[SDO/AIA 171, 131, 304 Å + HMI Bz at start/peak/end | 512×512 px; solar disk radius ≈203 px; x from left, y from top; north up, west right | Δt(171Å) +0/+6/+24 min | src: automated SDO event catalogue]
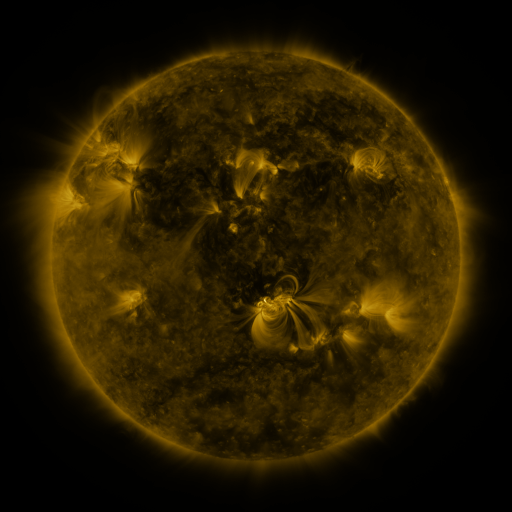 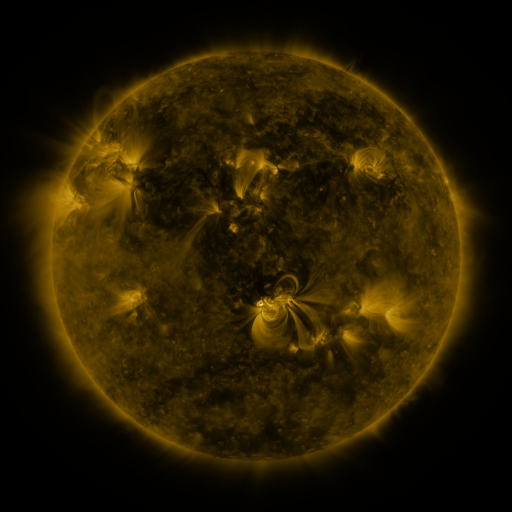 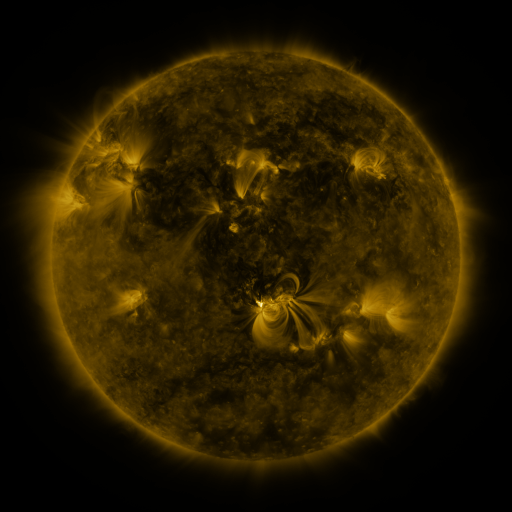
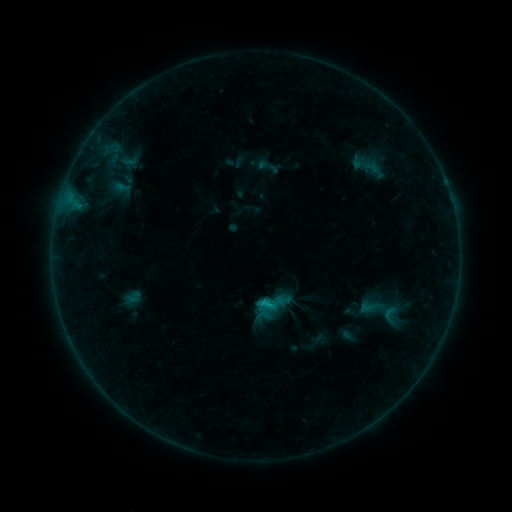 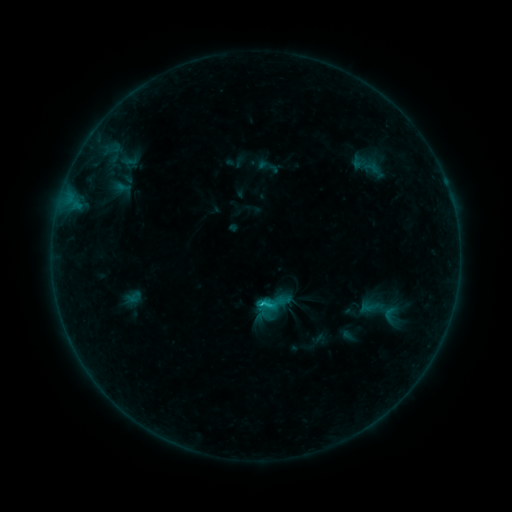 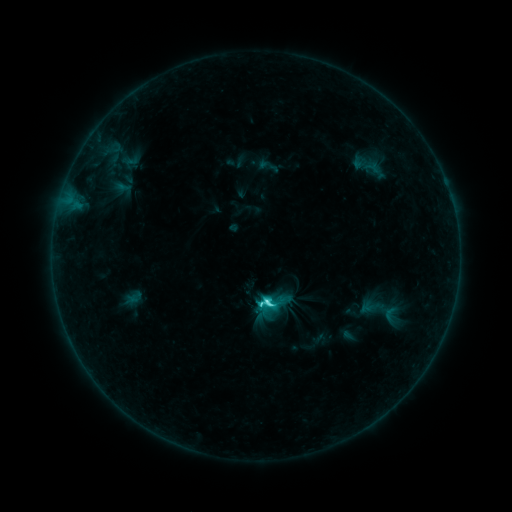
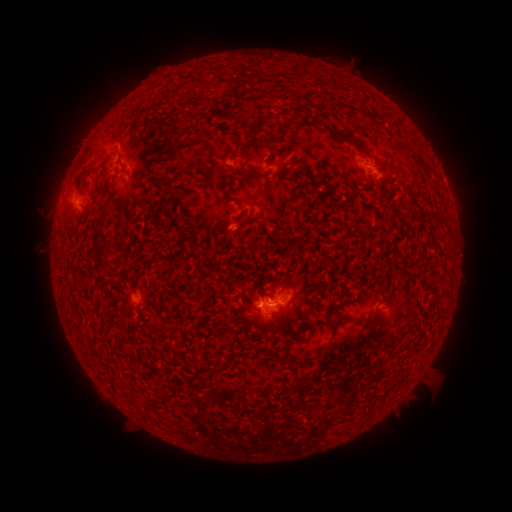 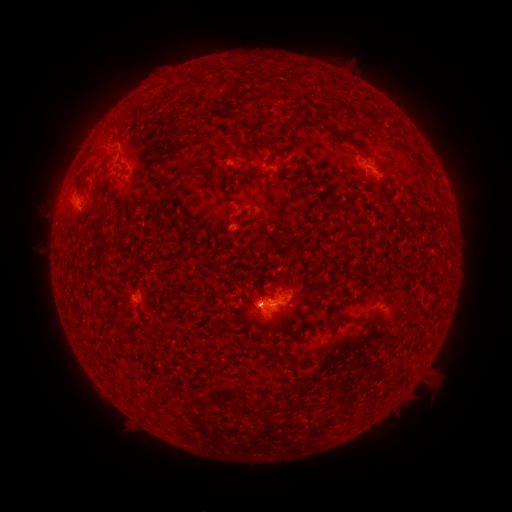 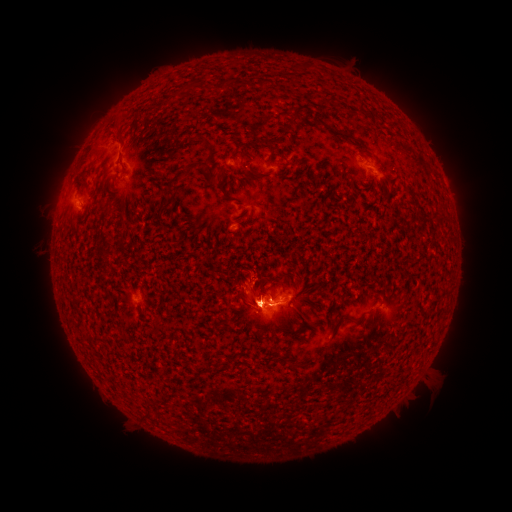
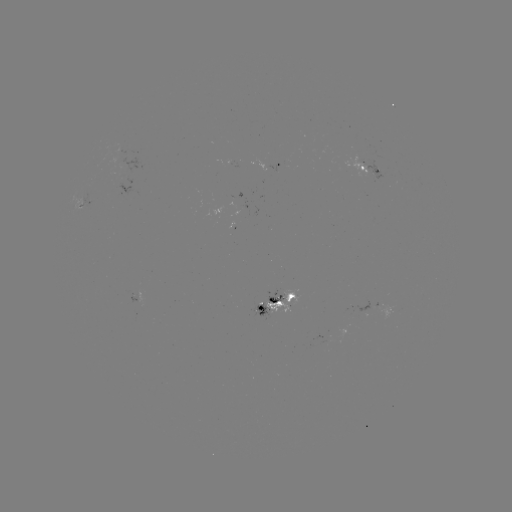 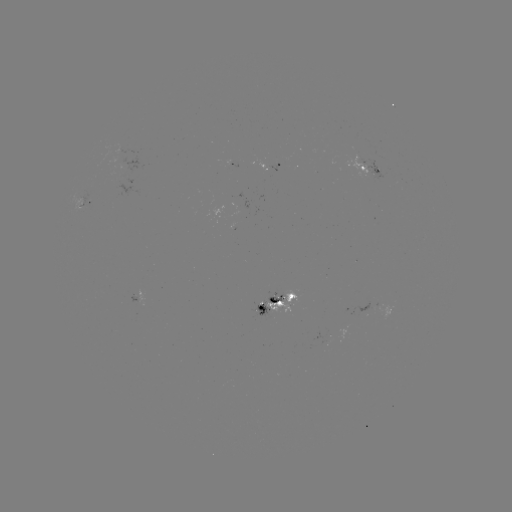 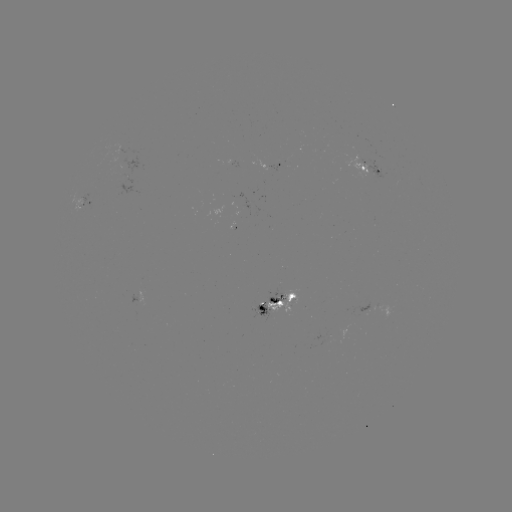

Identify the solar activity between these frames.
C9.4 flare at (259, 302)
